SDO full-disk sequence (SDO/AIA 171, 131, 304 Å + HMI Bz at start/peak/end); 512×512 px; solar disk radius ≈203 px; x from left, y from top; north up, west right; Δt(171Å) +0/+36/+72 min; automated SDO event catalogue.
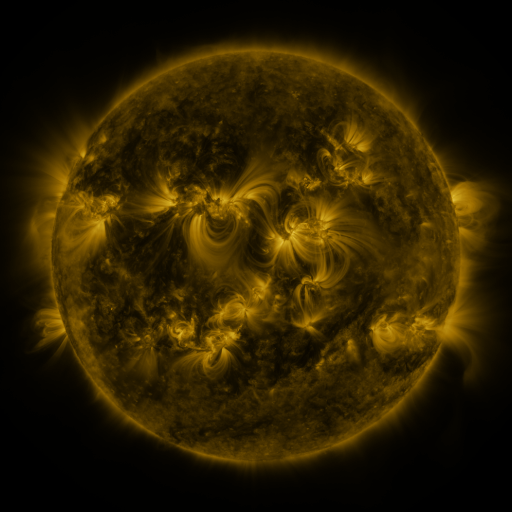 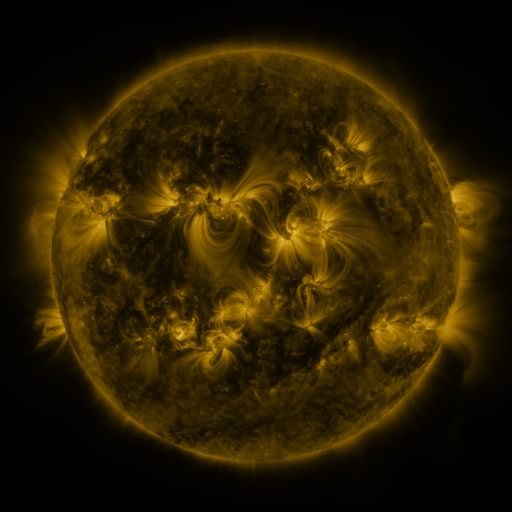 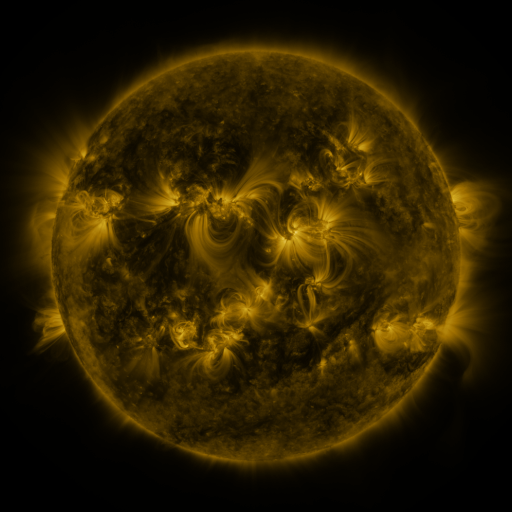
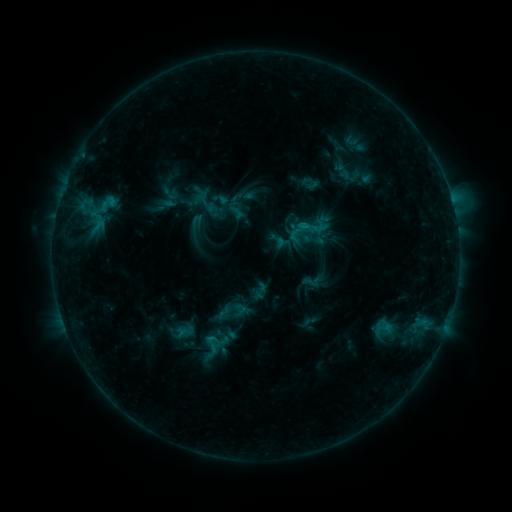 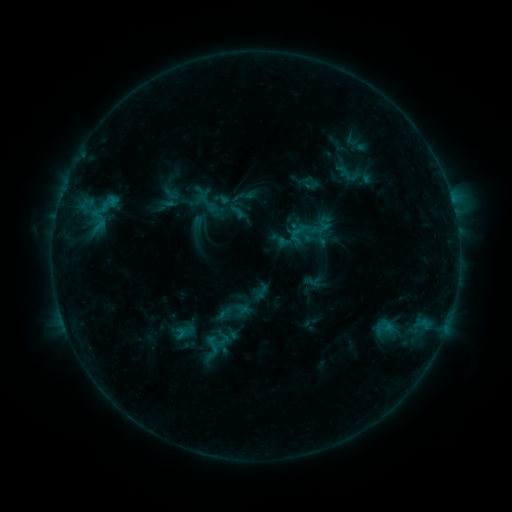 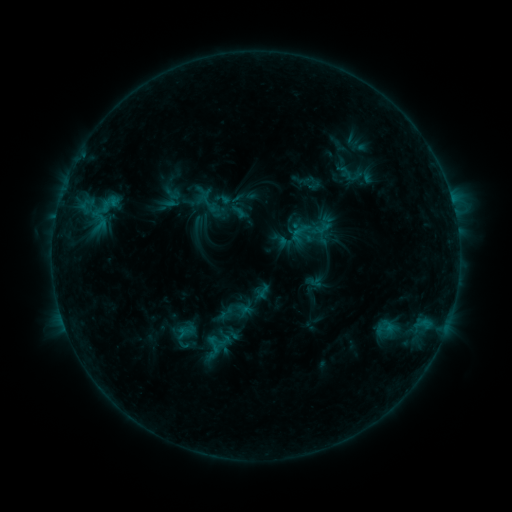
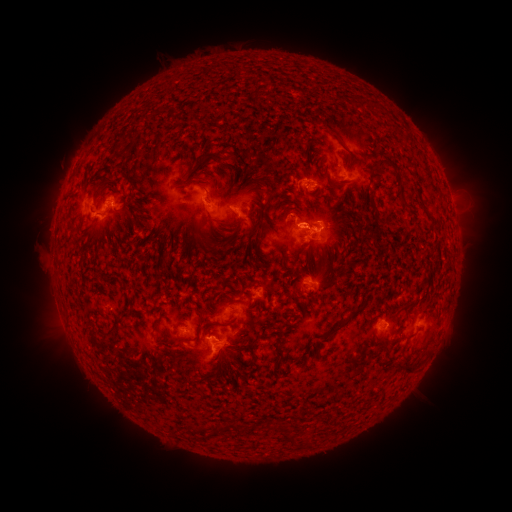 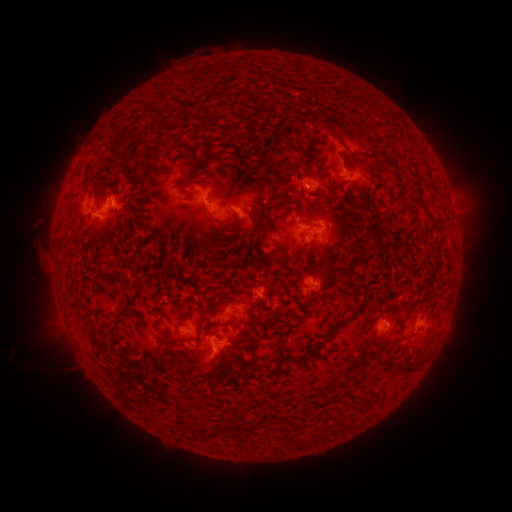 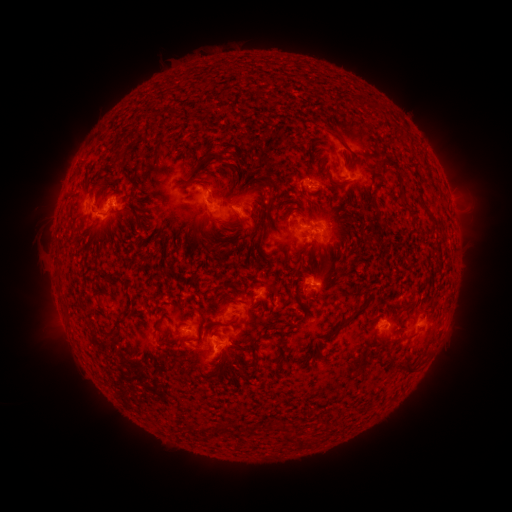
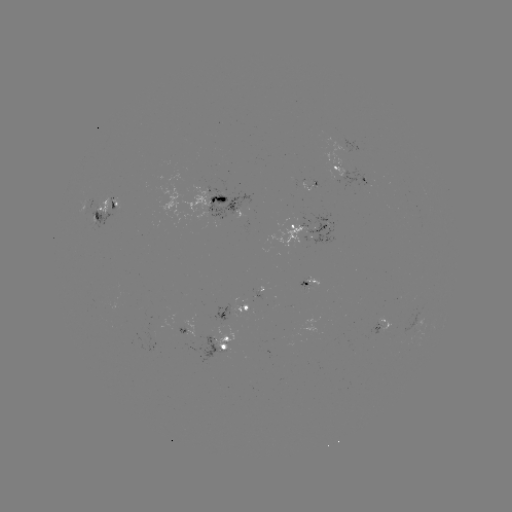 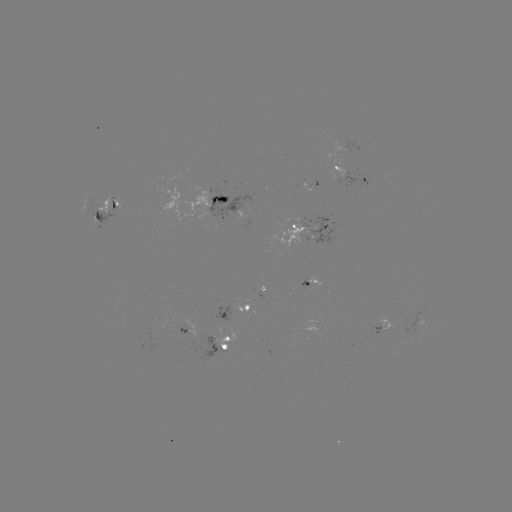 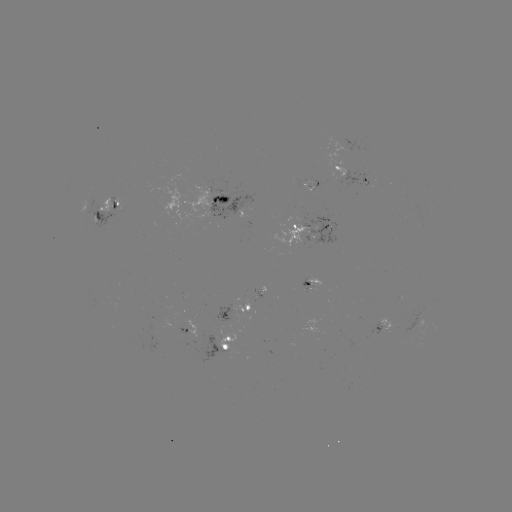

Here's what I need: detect filament eruption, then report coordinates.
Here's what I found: filament eruption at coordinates (56, 343).